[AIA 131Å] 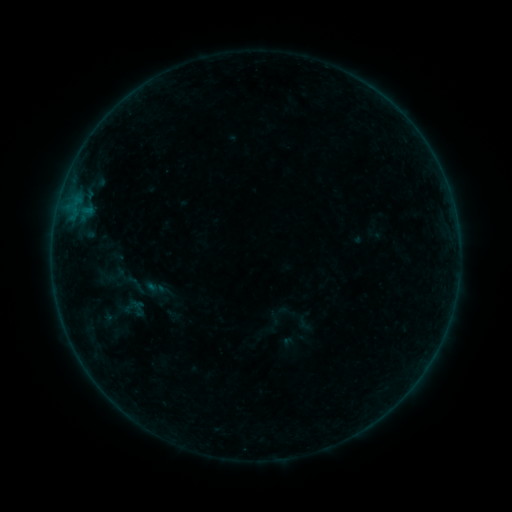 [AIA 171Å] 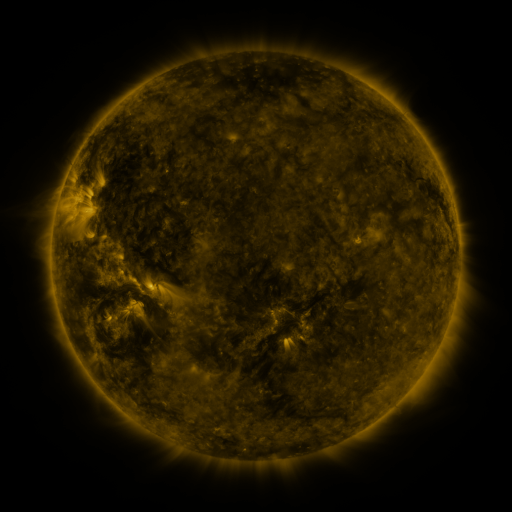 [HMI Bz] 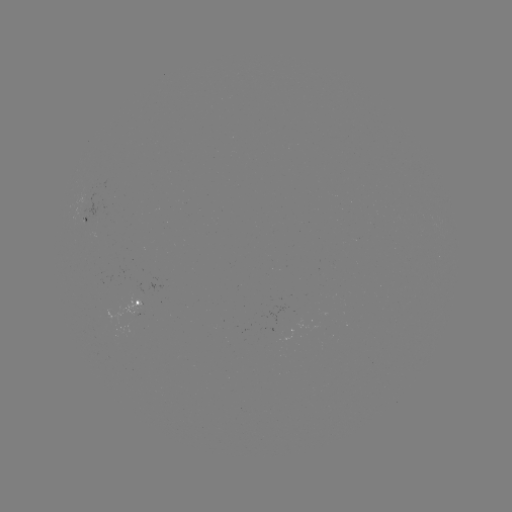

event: sigmoid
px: (139, 309)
